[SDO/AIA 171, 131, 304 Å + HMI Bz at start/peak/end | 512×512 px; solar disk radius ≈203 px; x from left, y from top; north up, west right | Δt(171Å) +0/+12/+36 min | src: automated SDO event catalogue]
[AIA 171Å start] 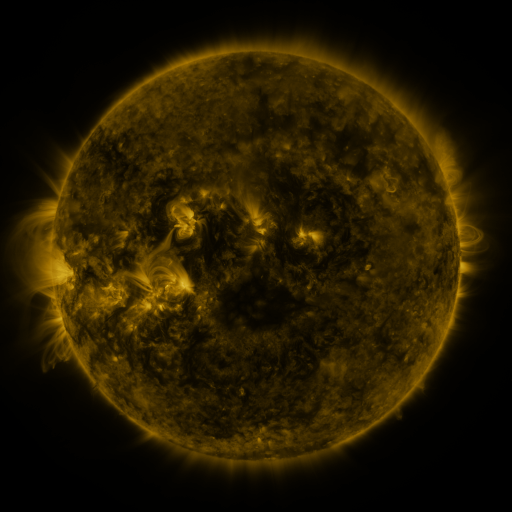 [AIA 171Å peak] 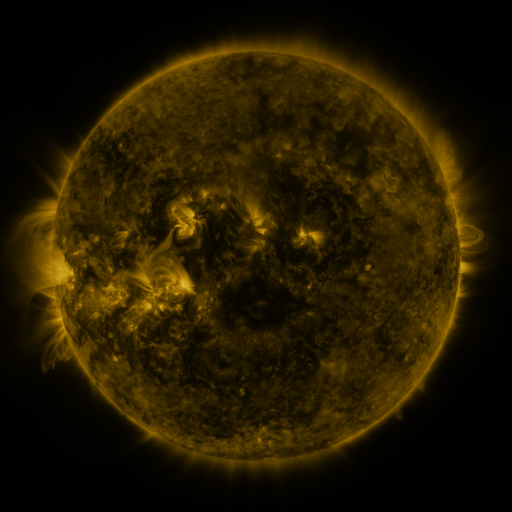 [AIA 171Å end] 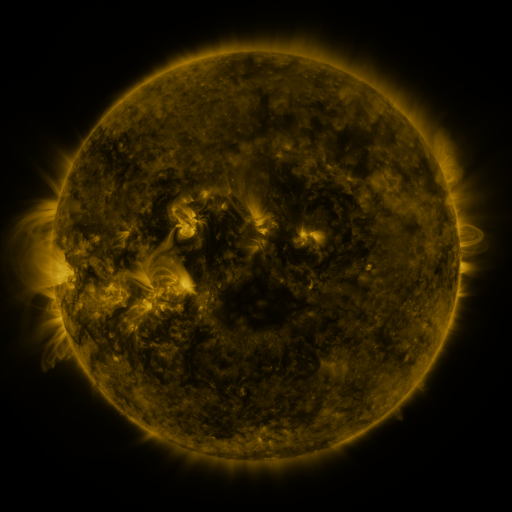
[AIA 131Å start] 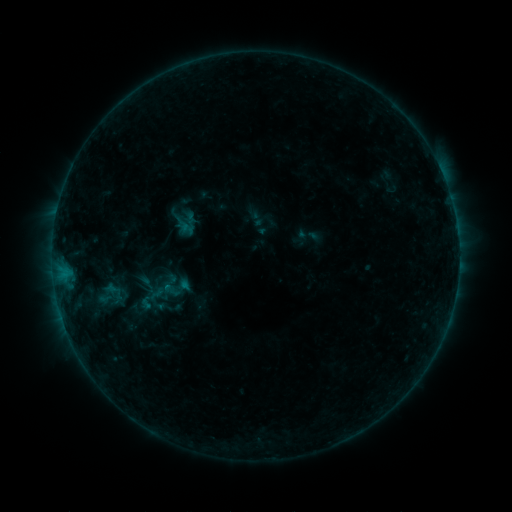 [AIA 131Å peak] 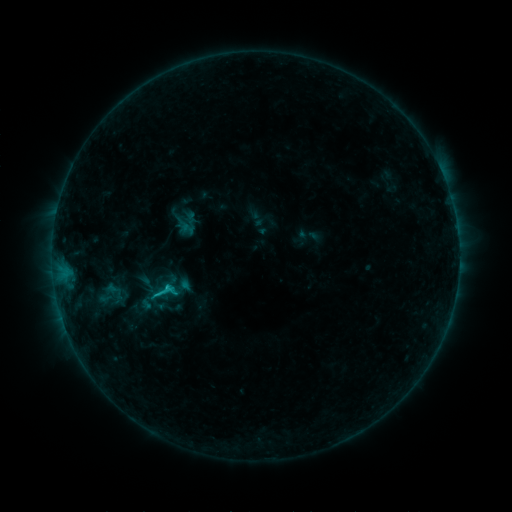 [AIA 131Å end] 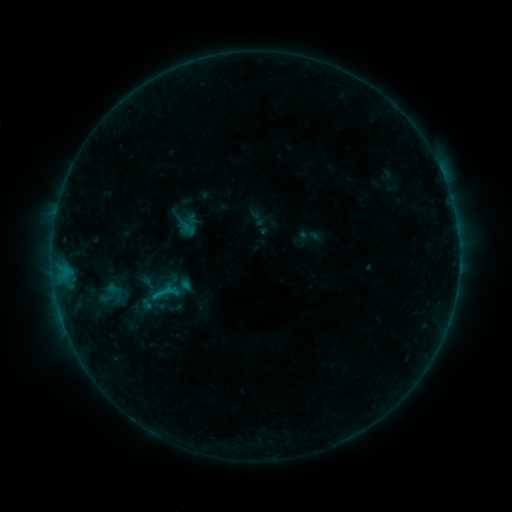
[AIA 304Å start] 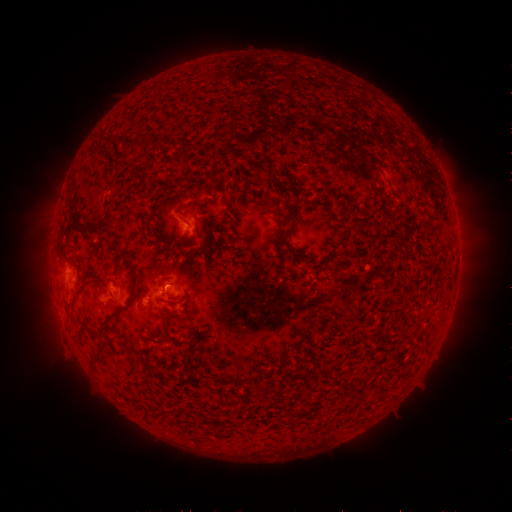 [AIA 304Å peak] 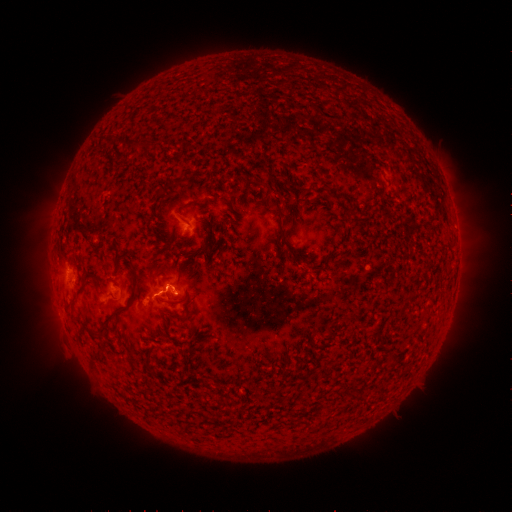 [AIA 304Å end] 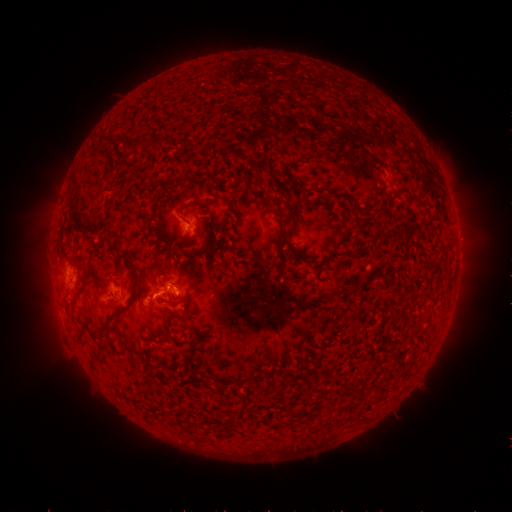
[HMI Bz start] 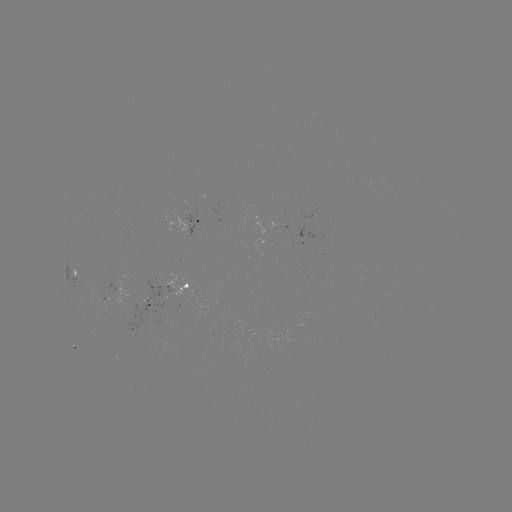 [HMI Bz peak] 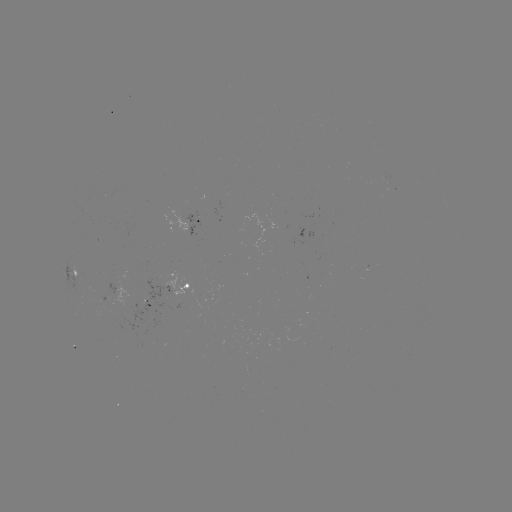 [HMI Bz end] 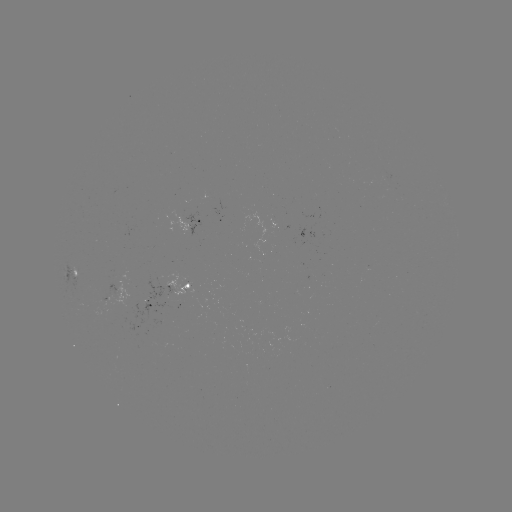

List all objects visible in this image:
C1.0 flare: (170, 288)
